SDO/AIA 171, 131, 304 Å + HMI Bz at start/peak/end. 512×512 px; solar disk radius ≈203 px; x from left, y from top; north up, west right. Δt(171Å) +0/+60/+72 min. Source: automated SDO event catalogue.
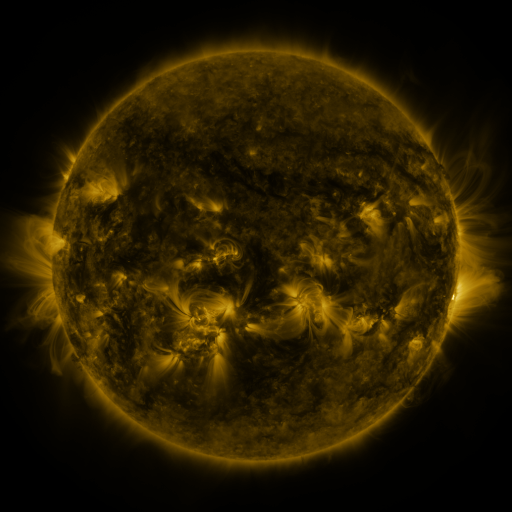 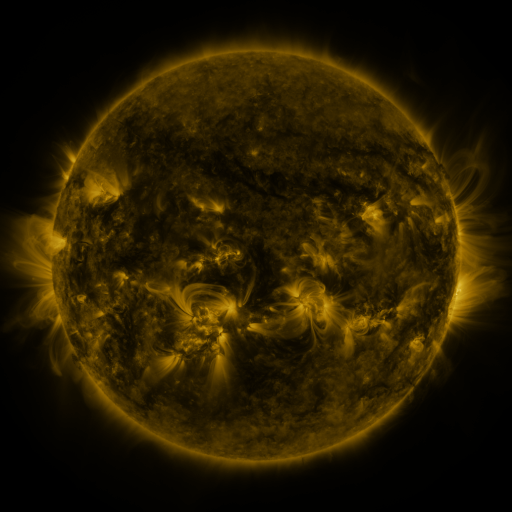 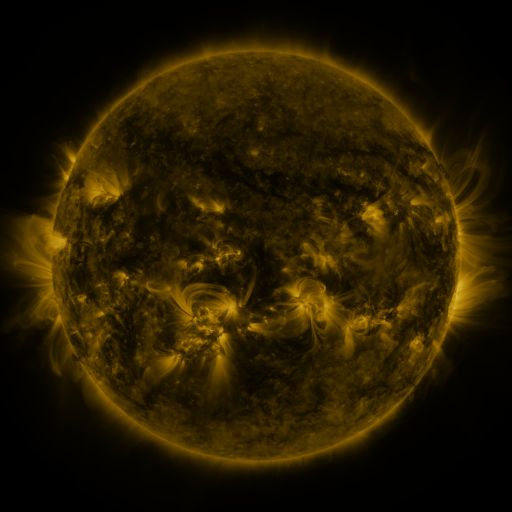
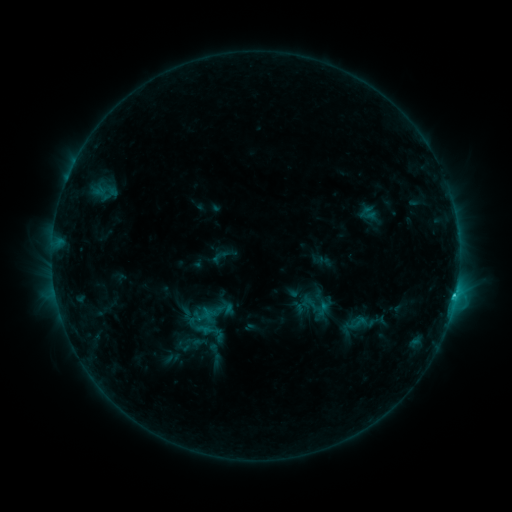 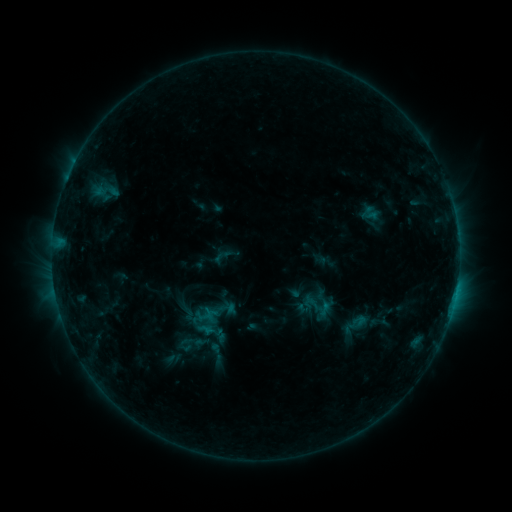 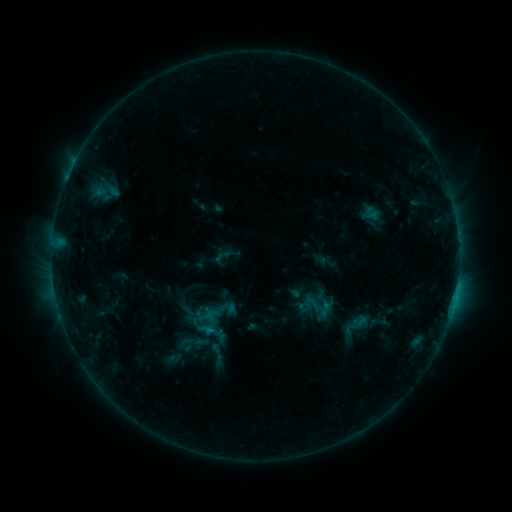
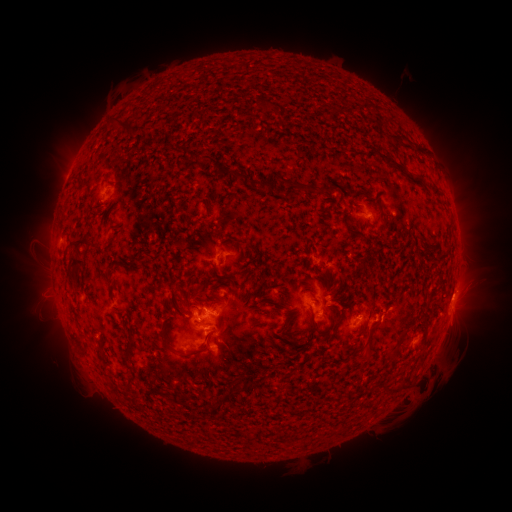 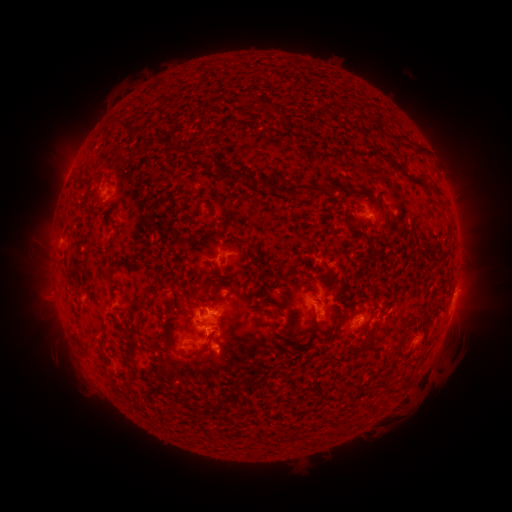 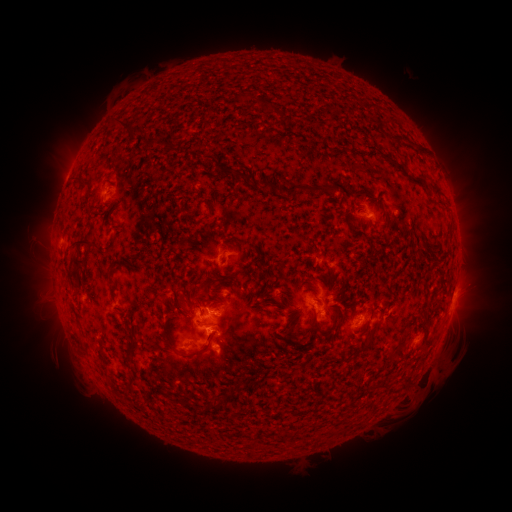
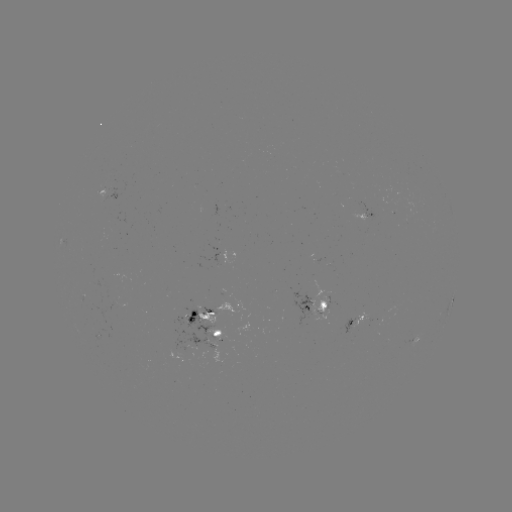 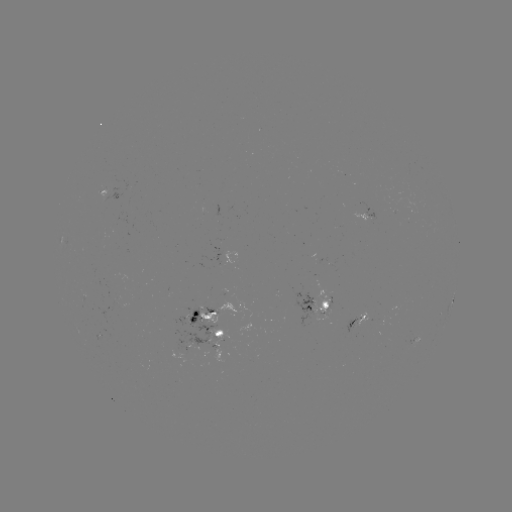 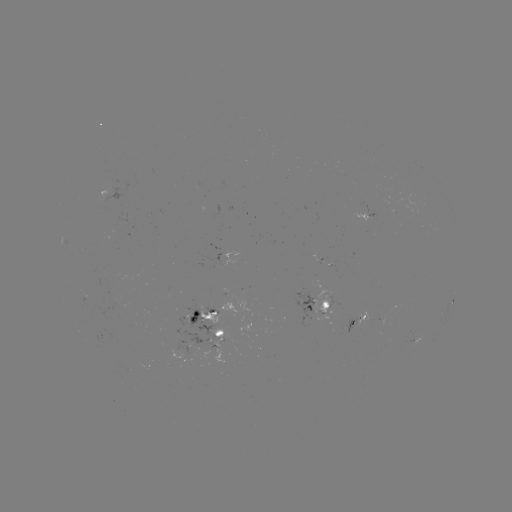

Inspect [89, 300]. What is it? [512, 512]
emerging-flux region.